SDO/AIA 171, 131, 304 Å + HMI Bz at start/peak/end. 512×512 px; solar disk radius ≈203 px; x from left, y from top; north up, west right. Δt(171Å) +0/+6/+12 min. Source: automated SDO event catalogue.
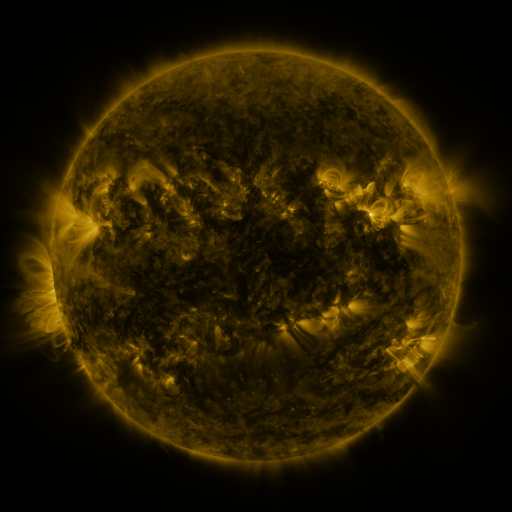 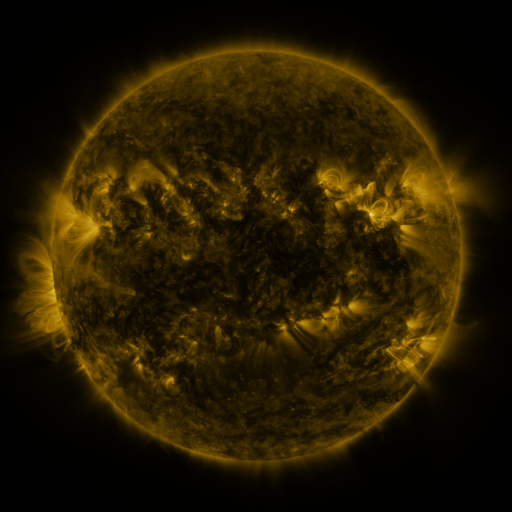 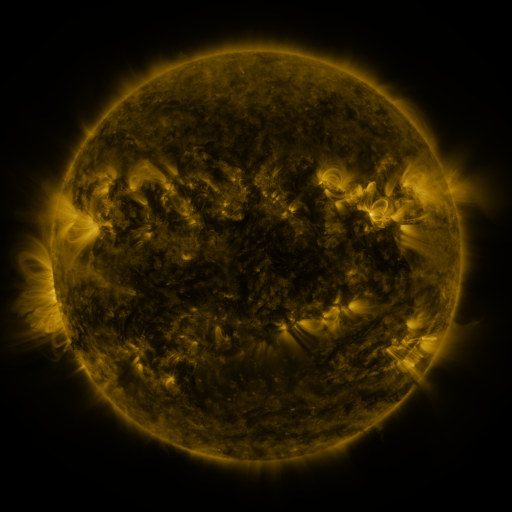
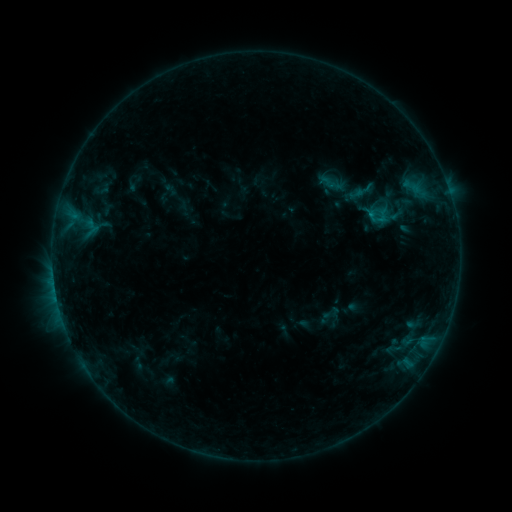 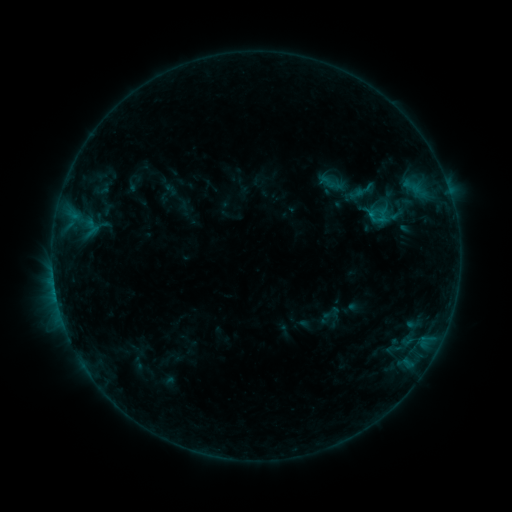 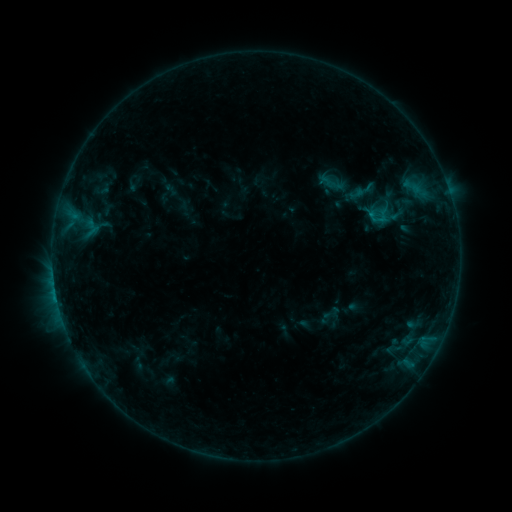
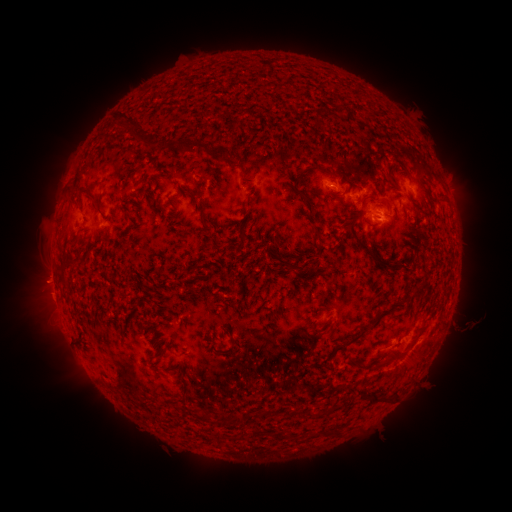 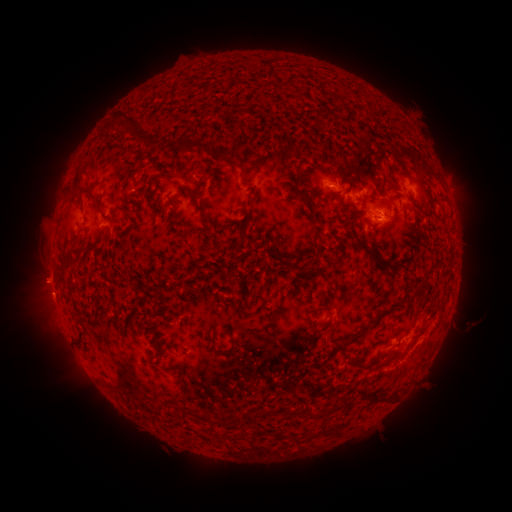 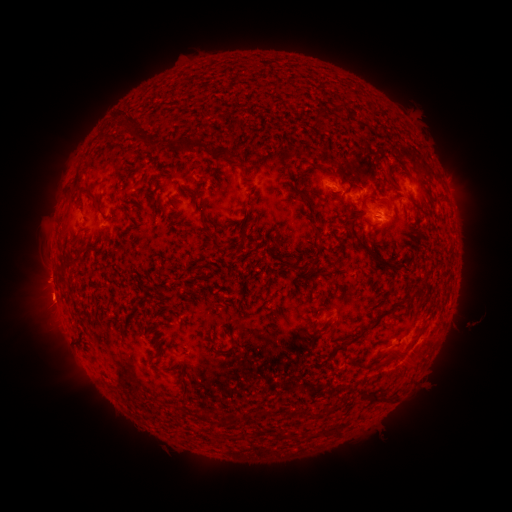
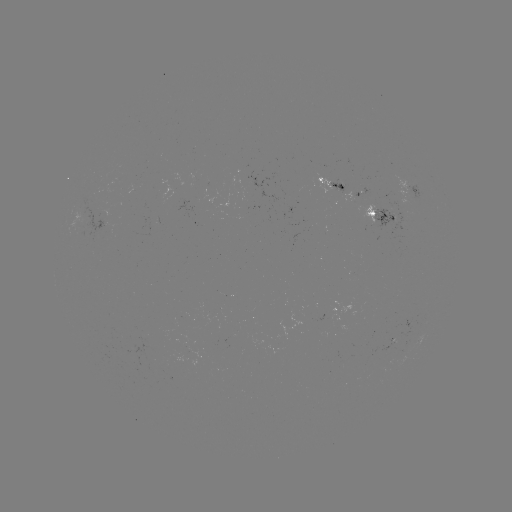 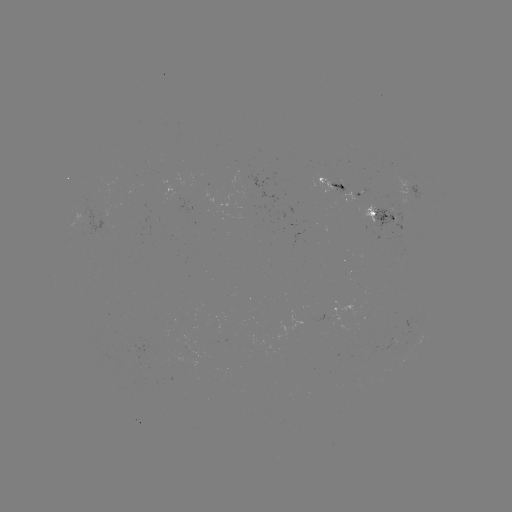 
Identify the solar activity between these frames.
eruption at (39, 278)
